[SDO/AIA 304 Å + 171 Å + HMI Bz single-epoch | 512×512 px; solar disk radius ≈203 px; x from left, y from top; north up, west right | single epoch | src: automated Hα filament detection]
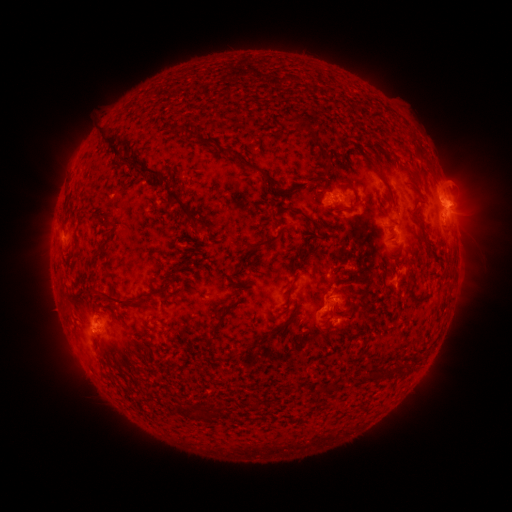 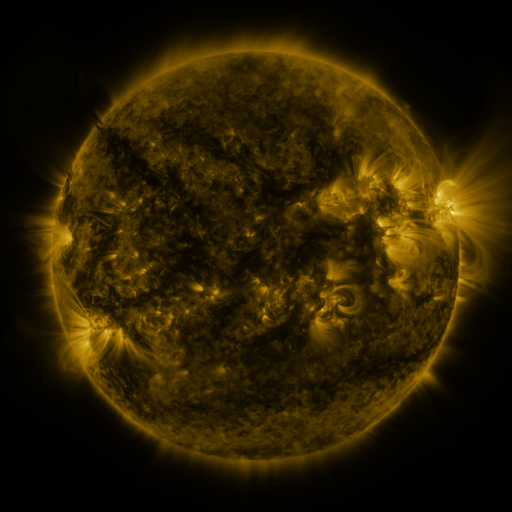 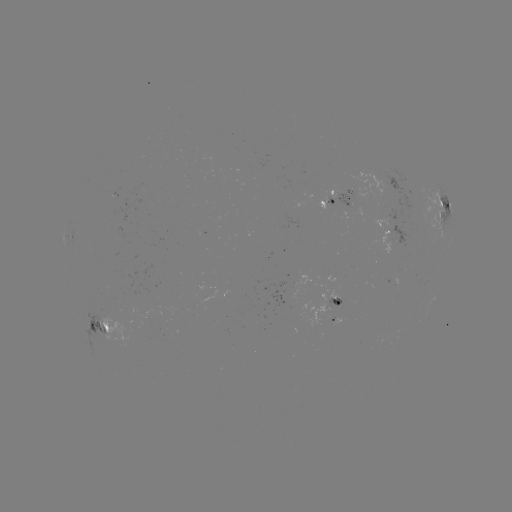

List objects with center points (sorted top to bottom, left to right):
filament: [293, 116, 310, 131]
filament: [171, 124, 193, 135]
filament: [101, 127, 127, 157]
filament: [194, 135, 215, 147]
filament: [313, 140, 331, 162]
filament: [220, 146, 273, 185]
filament: [123, 154, 134, 162]
filament: [140, 166, 202, 225]
filament: [333, 183, 359, 215]
filament: [386, 187, 396, 209]
filament: [293, 209, 319, 226]
filament: [410, 216, 420, 226]
filament: [242, 234, 282, 253]
filament: [314, 260, 329, 268]
filament: [327, 266, 339, 278]
filament: [286, 283, 294, 297]
filament: [407, 283, 426, 304]
filament: [97, 285, 174, 305]
filament: [213, 301, 237, 329]
filament: [343, 302, 352, 314]
filament: [268, 327, 276, 336]
filament: [392, 363, 402, 375]
filament: [350, 371, 376, 389]
